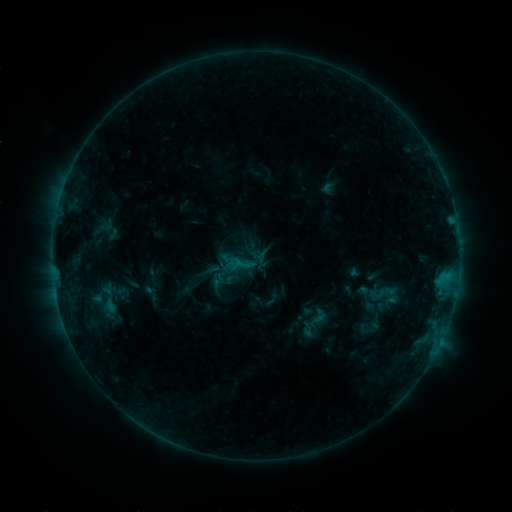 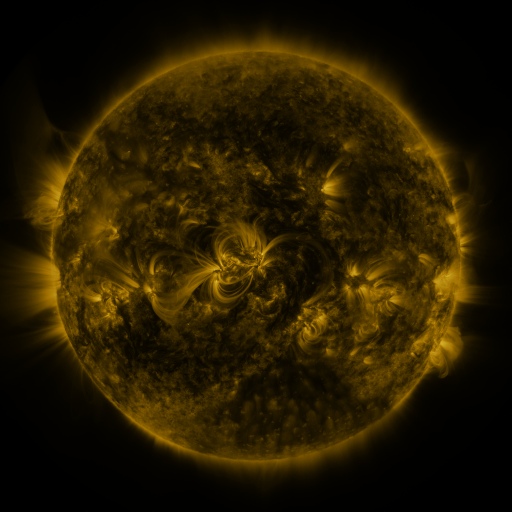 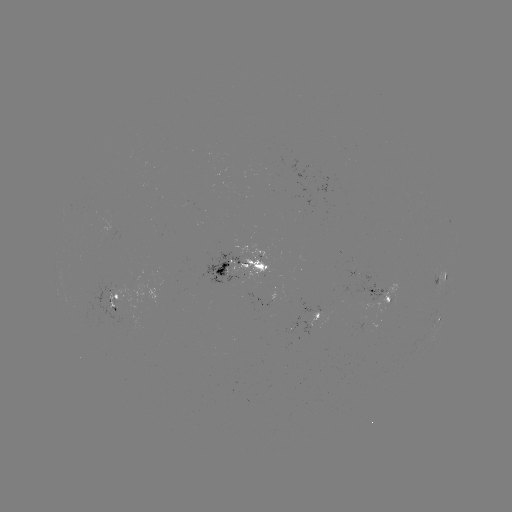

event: sigmoid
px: (240, 265)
